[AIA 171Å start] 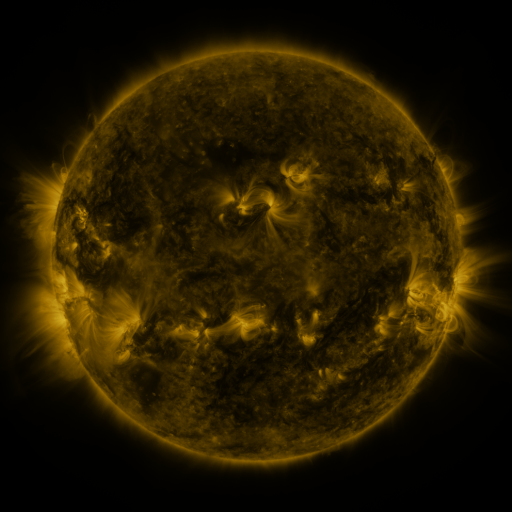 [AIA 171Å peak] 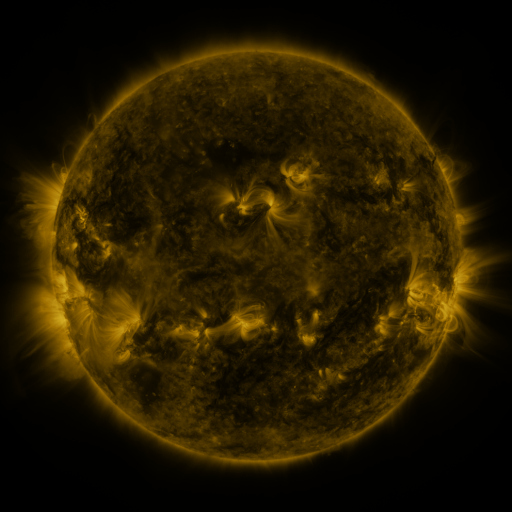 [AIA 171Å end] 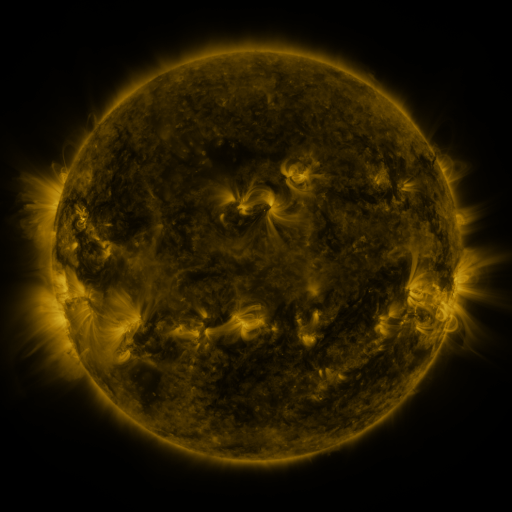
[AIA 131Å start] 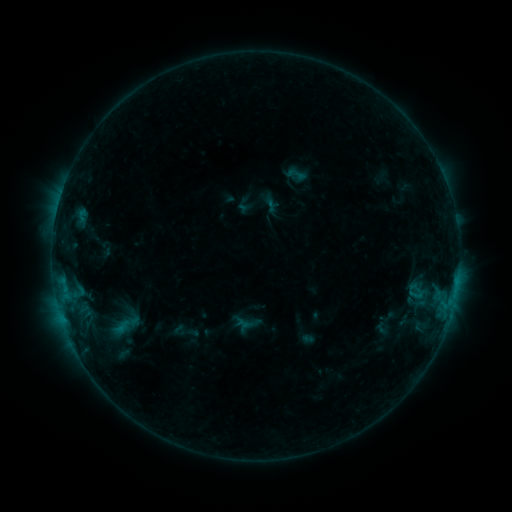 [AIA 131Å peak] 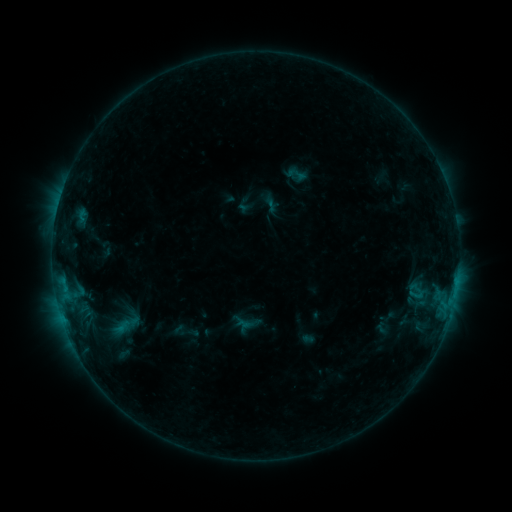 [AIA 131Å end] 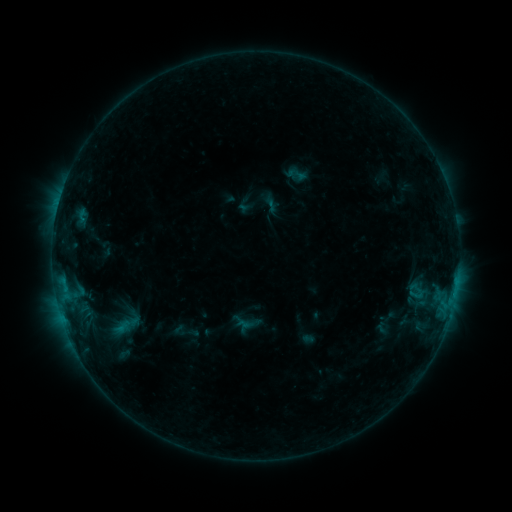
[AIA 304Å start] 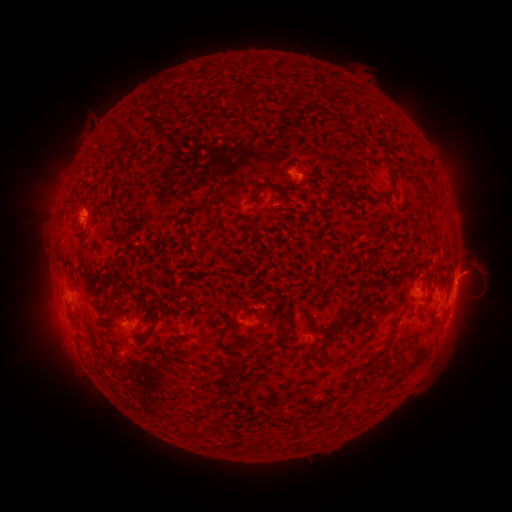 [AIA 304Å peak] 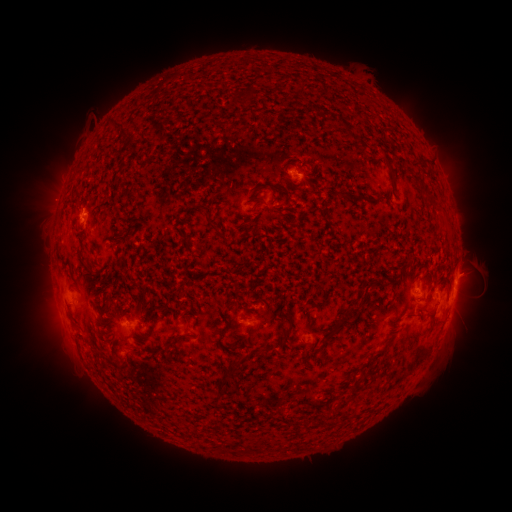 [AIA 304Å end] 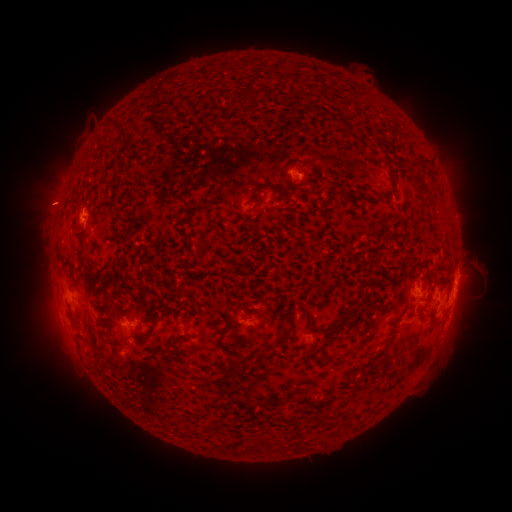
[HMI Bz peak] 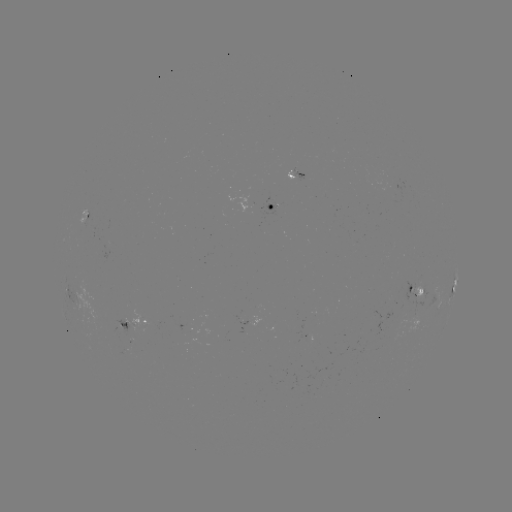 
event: eruption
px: (50, 202)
